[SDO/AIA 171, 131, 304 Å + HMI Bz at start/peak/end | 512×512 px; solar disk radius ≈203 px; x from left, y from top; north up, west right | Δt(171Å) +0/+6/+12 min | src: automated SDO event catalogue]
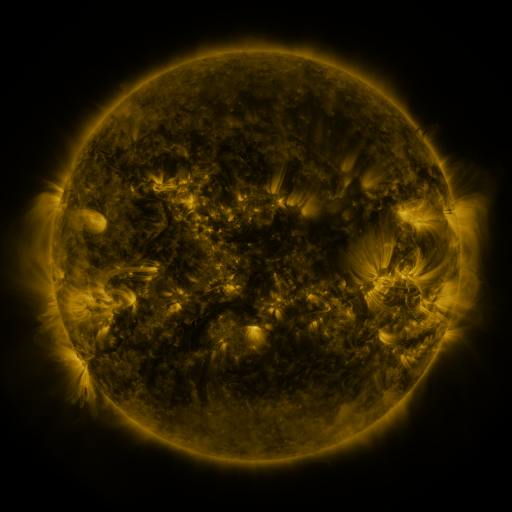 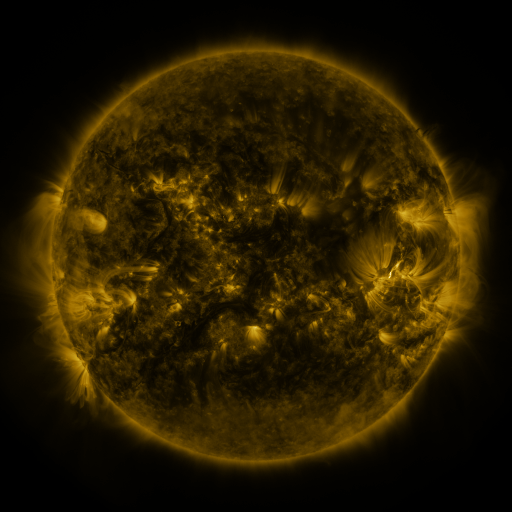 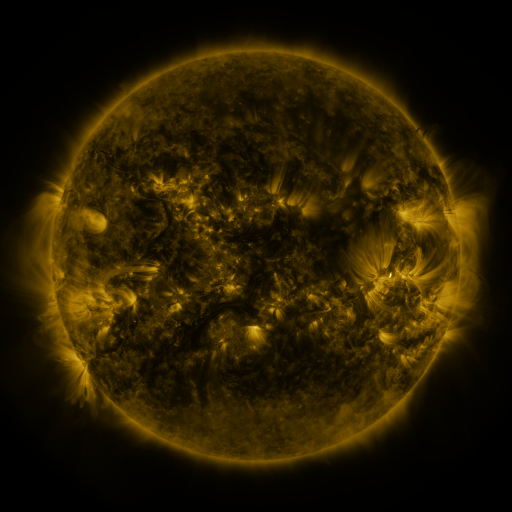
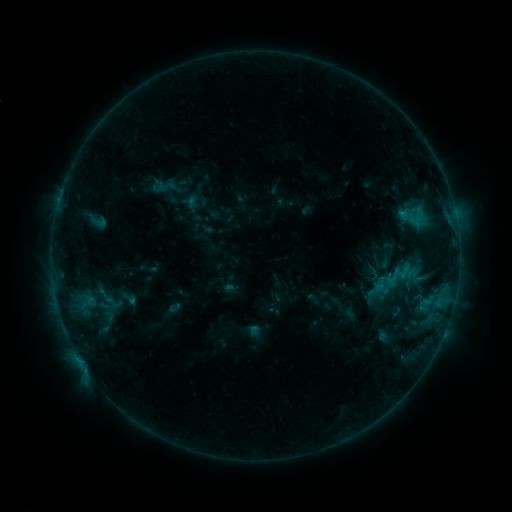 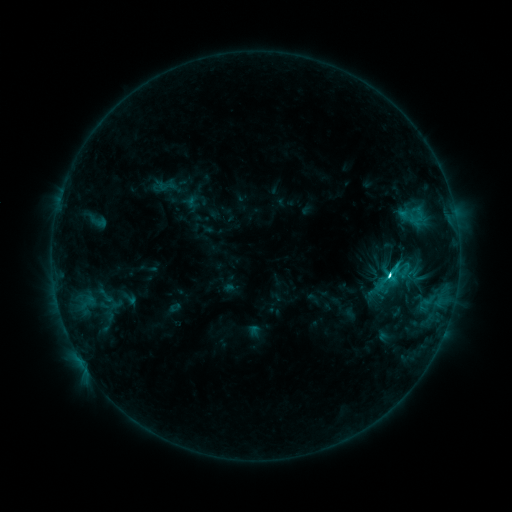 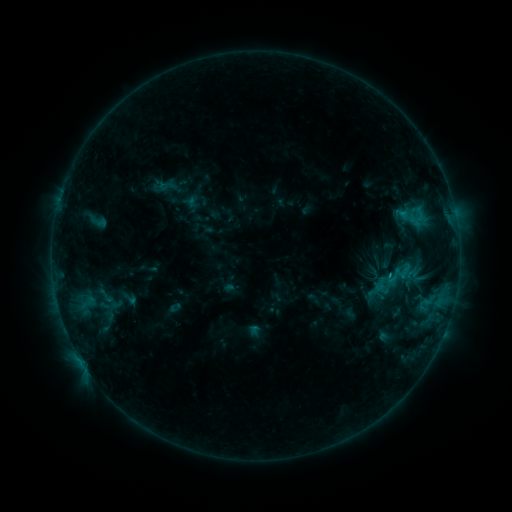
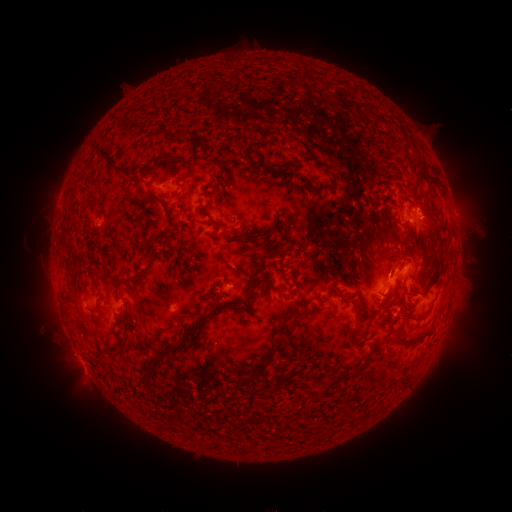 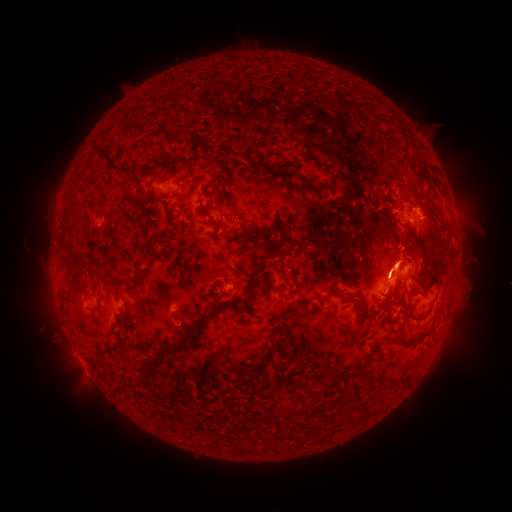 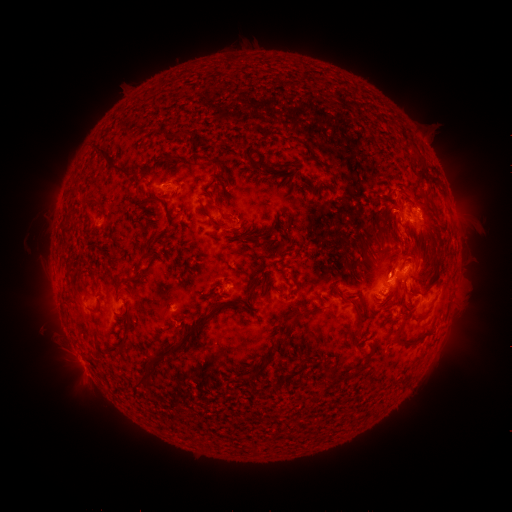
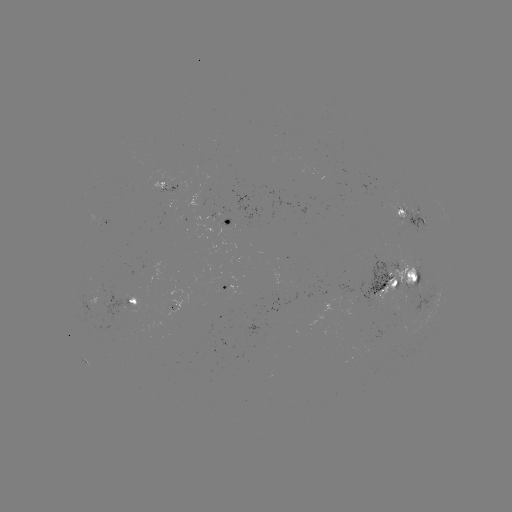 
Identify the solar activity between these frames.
C4.4 flare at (388, 273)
